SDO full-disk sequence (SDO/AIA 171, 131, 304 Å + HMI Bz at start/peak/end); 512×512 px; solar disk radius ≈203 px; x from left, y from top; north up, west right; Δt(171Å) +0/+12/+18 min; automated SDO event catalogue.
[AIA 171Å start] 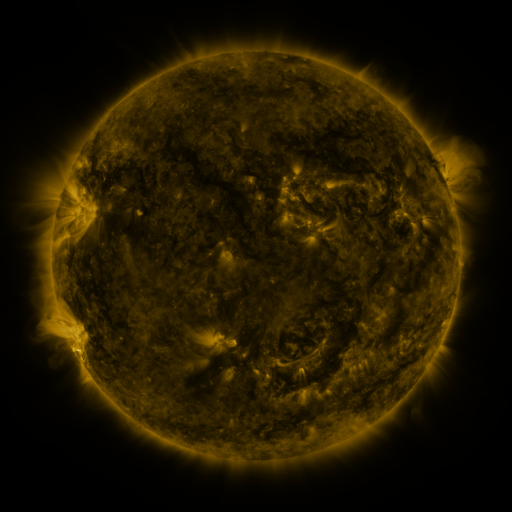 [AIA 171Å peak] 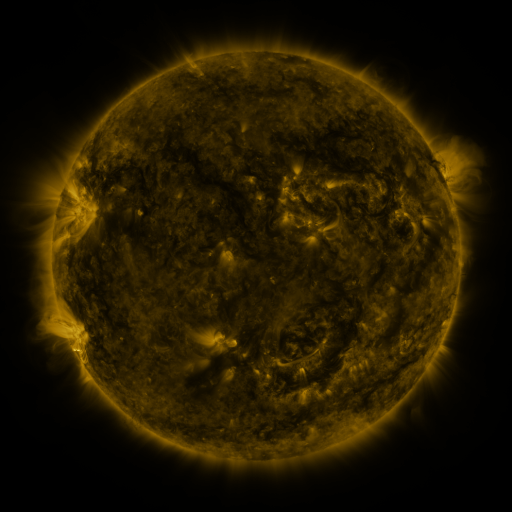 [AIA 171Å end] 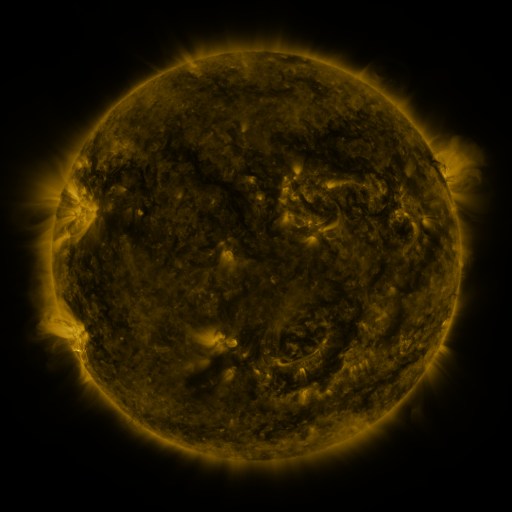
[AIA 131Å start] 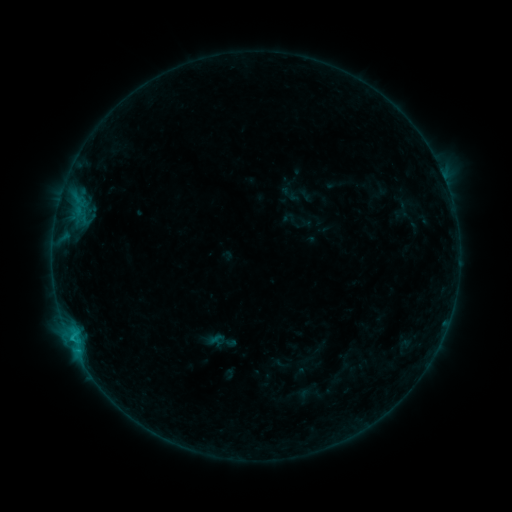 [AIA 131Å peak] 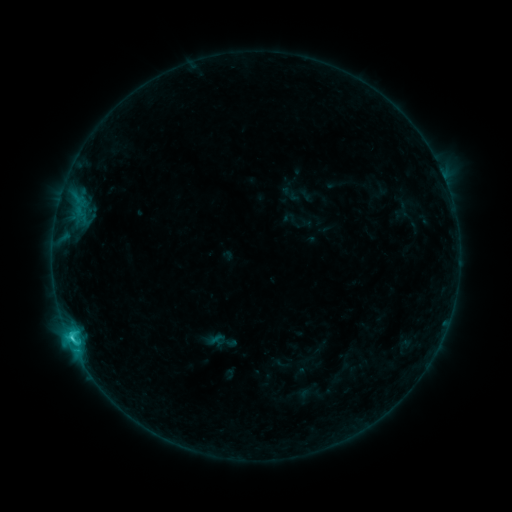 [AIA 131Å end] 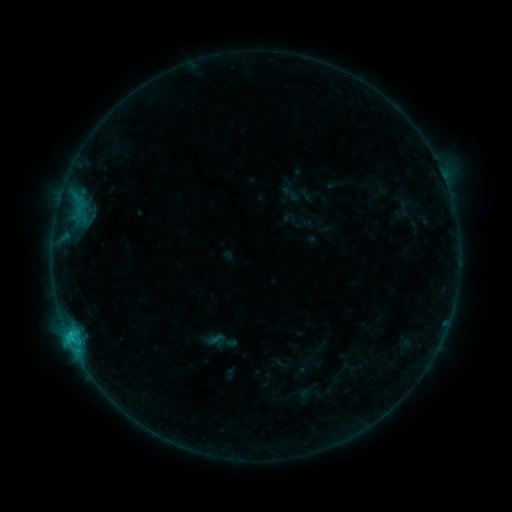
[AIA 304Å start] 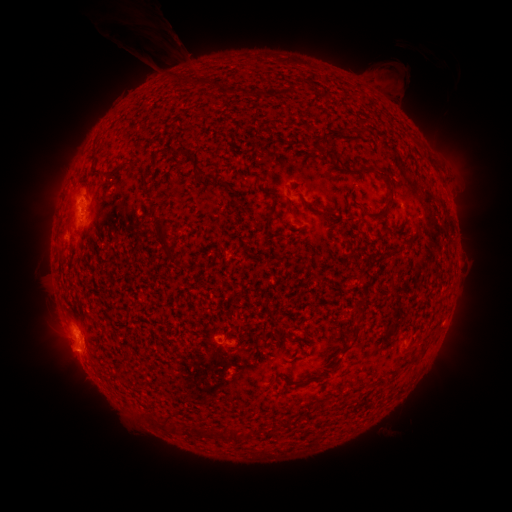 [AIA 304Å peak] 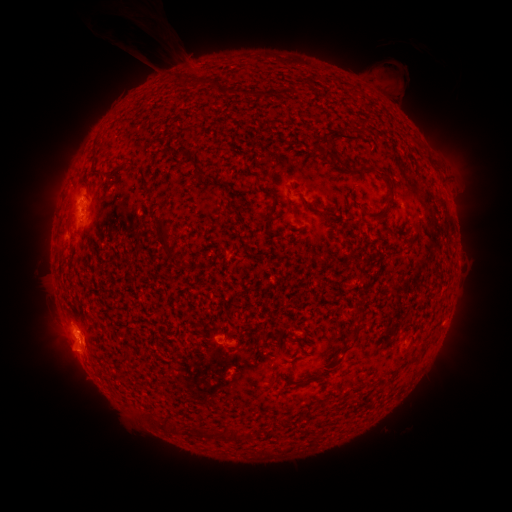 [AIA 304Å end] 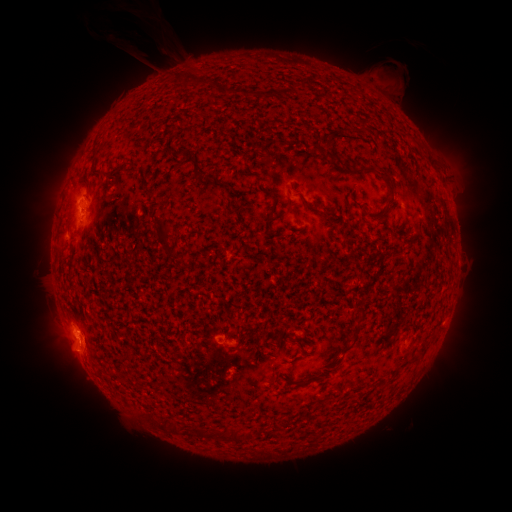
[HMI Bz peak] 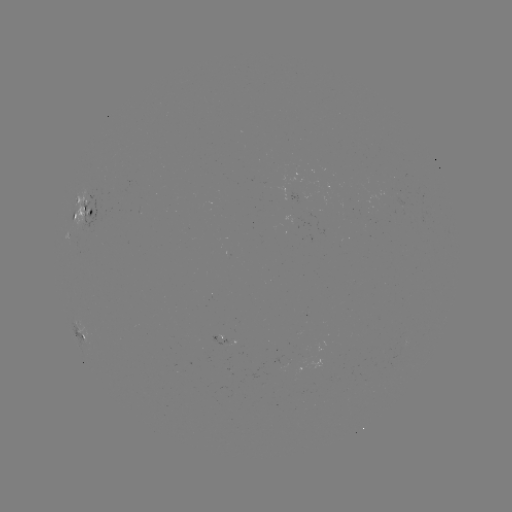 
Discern C2.3 flare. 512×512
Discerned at [78, 342].